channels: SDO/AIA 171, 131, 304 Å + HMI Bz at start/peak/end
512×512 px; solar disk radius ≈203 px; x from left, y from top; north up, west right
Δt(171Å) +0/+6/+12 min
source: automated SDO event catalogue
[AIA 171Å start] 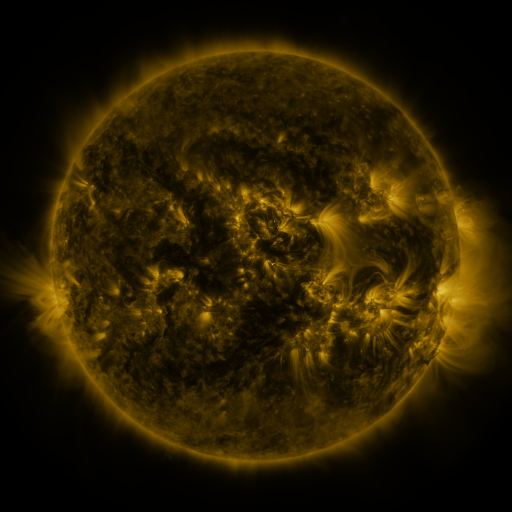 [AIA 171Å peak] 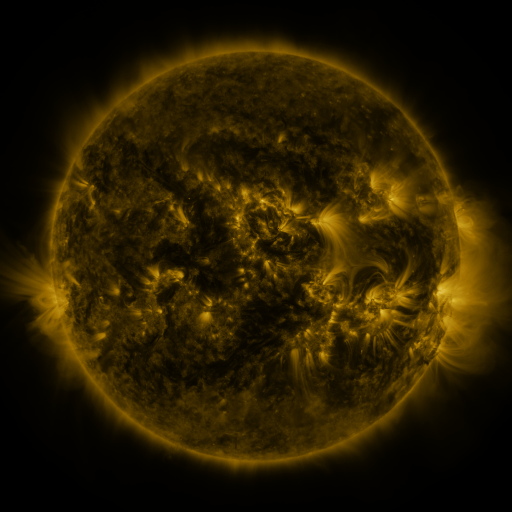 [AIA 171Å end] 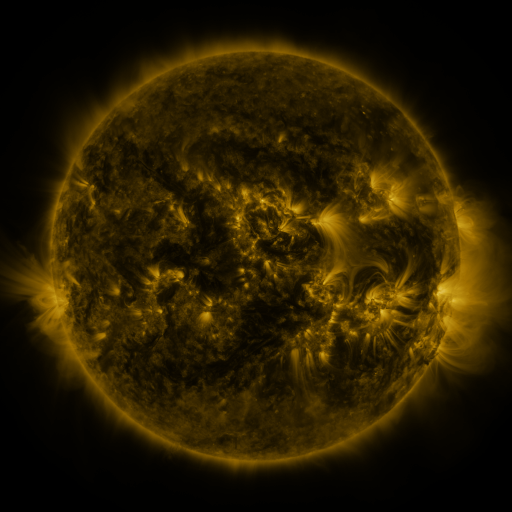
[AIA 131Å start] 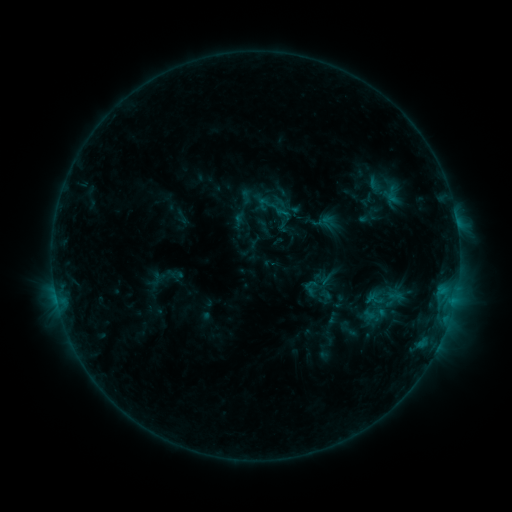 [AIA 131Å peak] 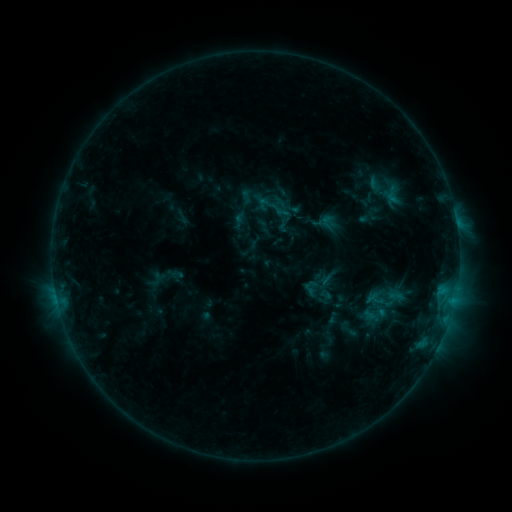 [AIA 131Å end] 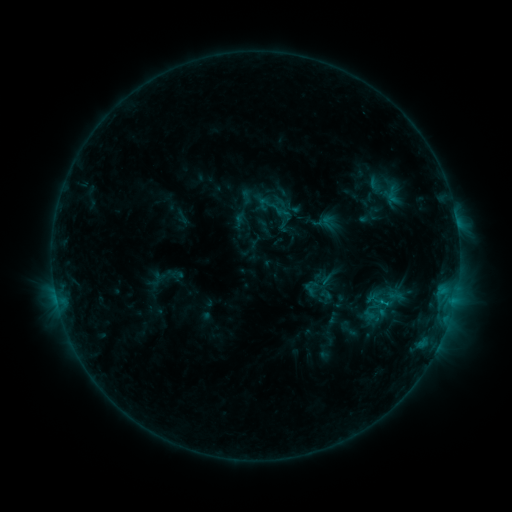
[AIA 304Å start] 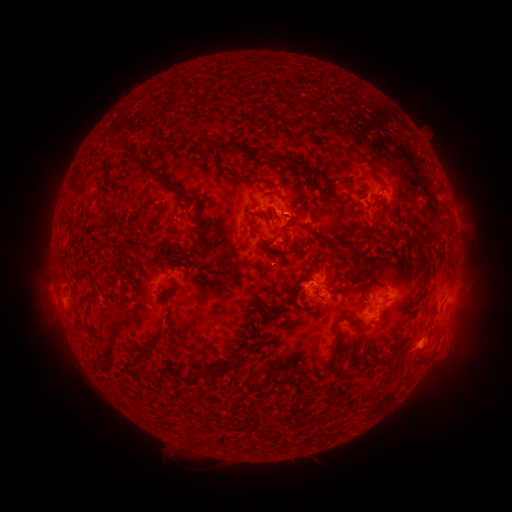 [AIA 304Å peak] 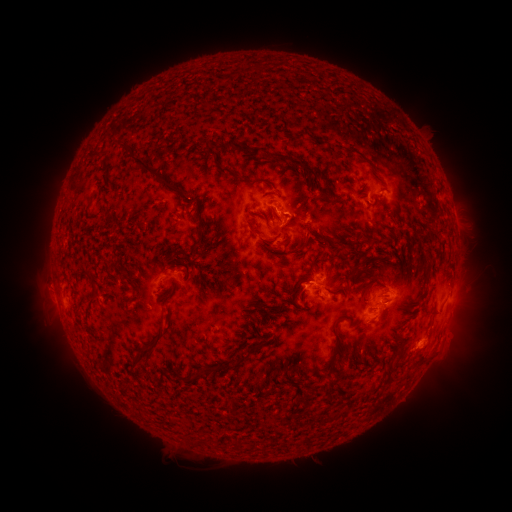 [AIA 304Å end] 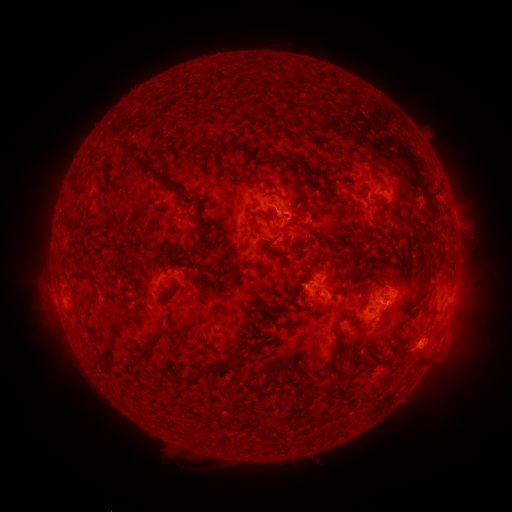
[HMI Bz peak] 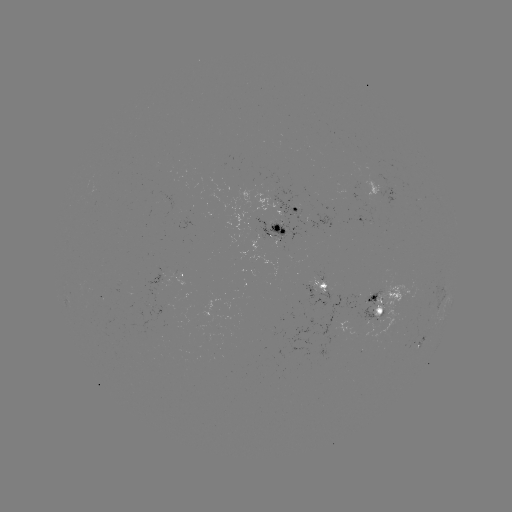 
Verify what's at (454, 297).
C1.3 flare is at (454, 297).